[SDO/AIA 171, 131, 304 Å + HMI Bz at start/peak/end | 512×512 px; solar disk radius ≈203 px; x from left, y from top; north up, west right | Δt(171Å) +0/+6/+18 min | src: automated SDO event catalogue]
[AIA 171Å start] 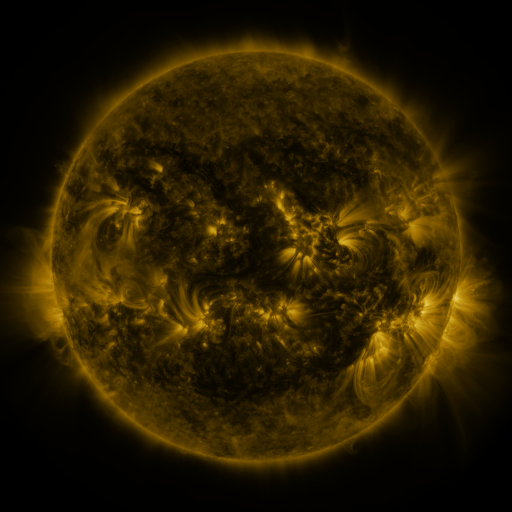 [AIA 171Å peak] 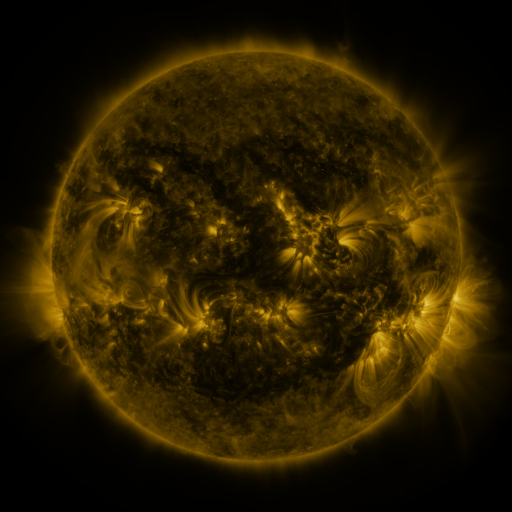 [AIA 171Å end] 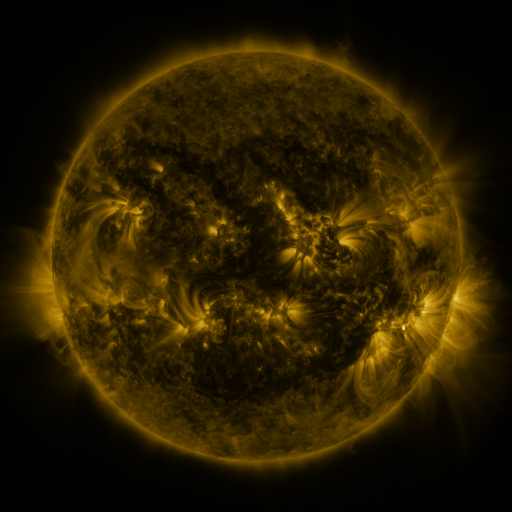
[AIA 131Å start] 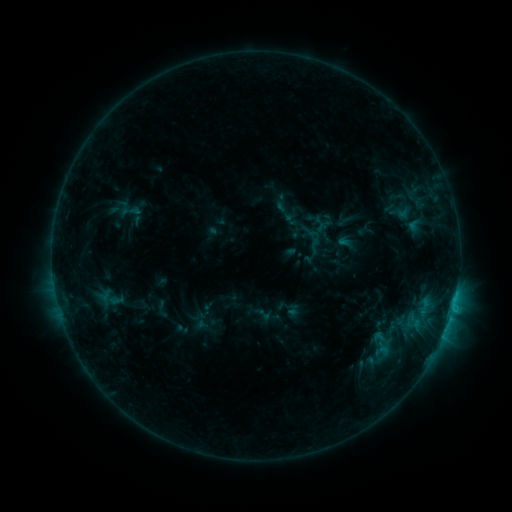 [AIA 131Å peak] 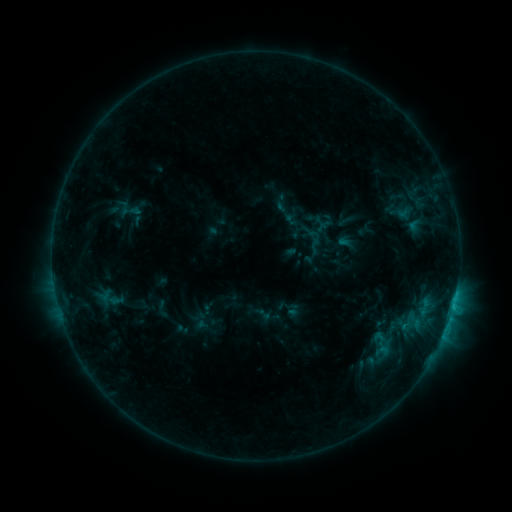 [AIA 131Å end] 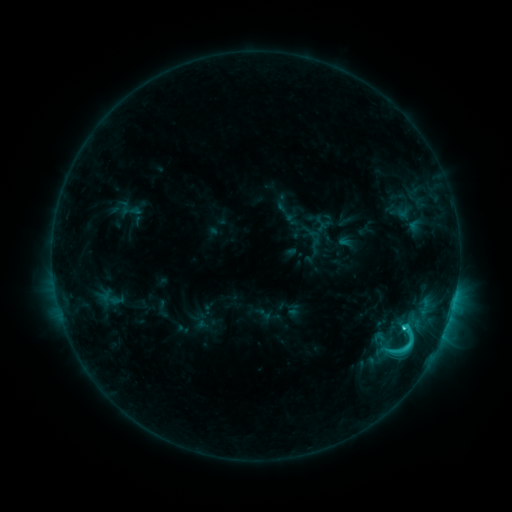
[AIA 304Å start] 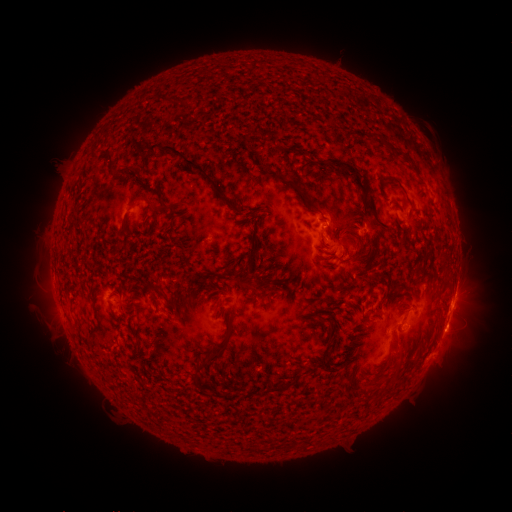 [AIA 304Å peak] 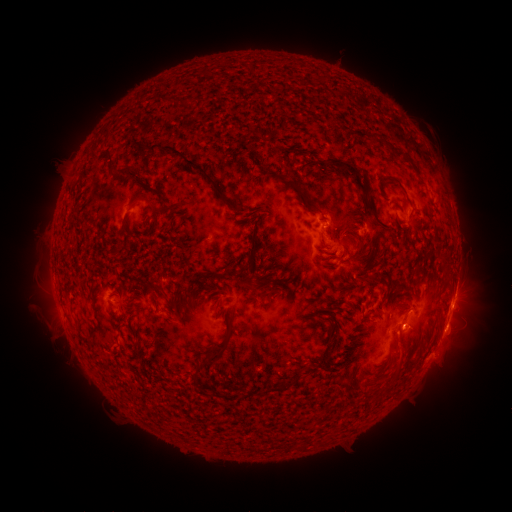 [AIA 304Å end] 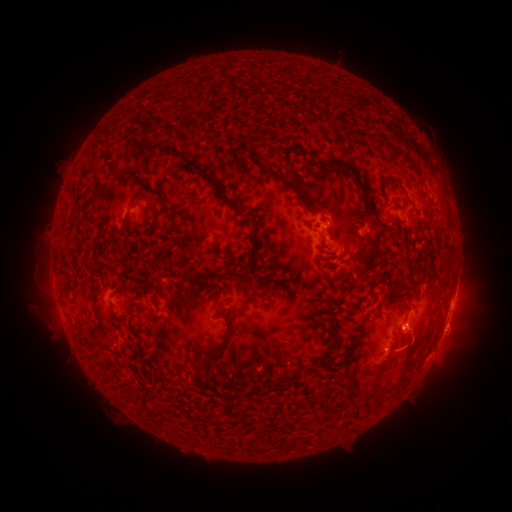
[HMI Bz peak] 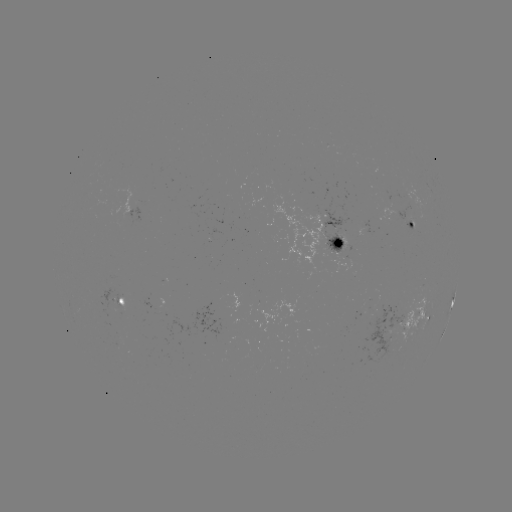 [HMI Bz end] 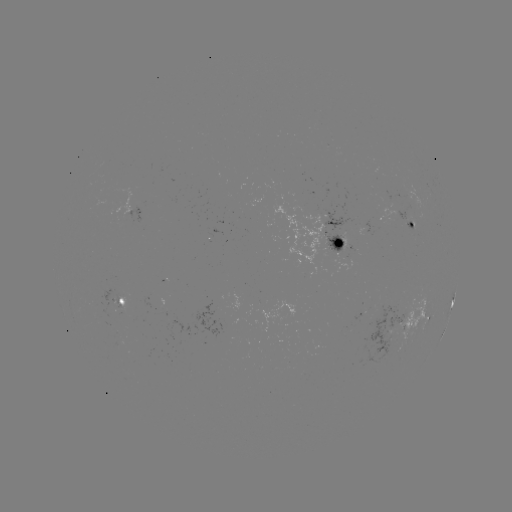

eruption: [354, 286, 481, 442]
